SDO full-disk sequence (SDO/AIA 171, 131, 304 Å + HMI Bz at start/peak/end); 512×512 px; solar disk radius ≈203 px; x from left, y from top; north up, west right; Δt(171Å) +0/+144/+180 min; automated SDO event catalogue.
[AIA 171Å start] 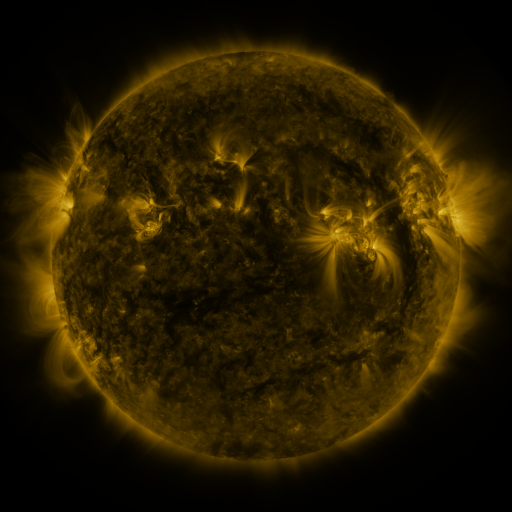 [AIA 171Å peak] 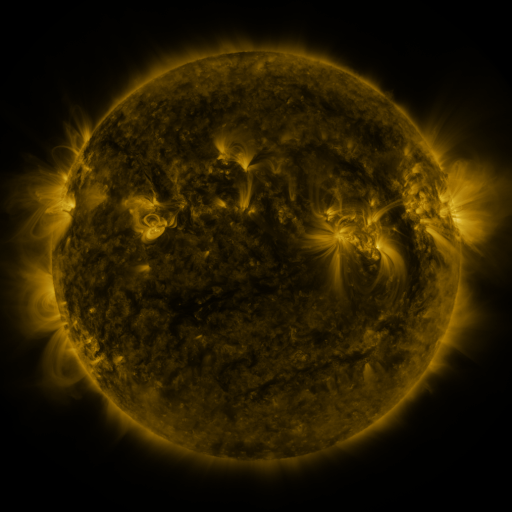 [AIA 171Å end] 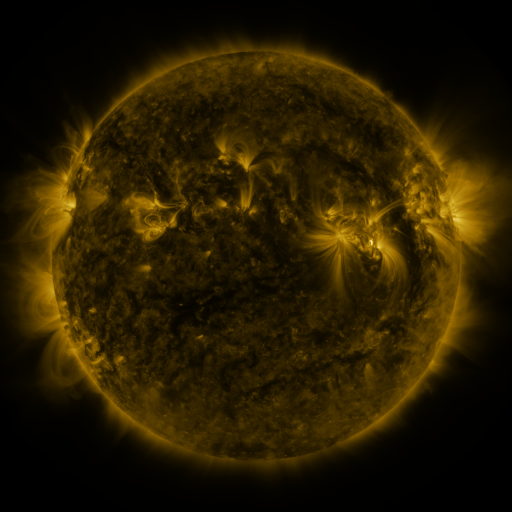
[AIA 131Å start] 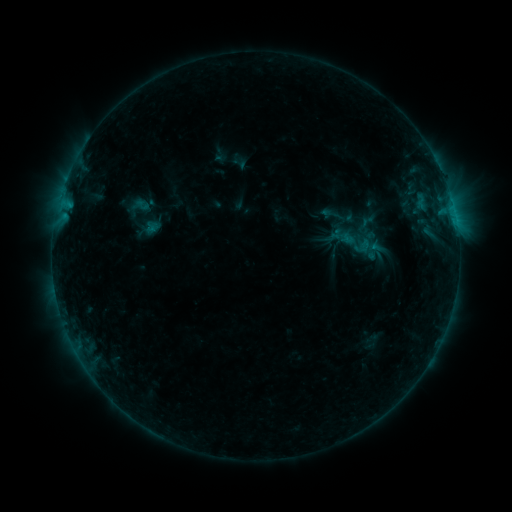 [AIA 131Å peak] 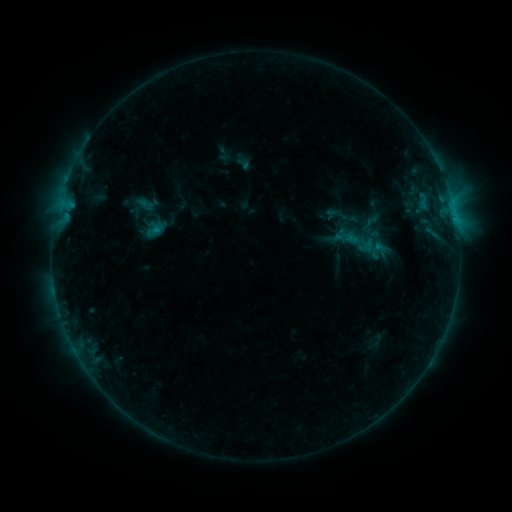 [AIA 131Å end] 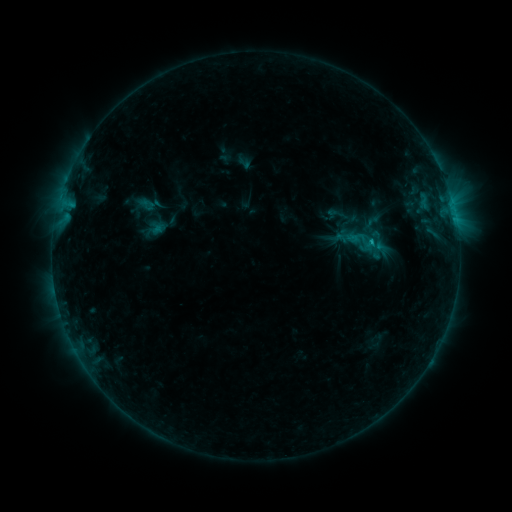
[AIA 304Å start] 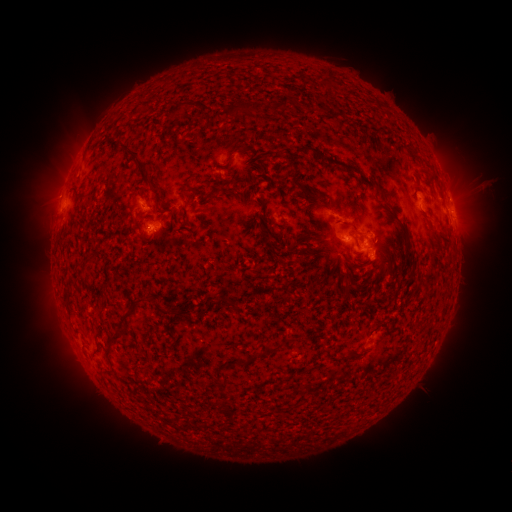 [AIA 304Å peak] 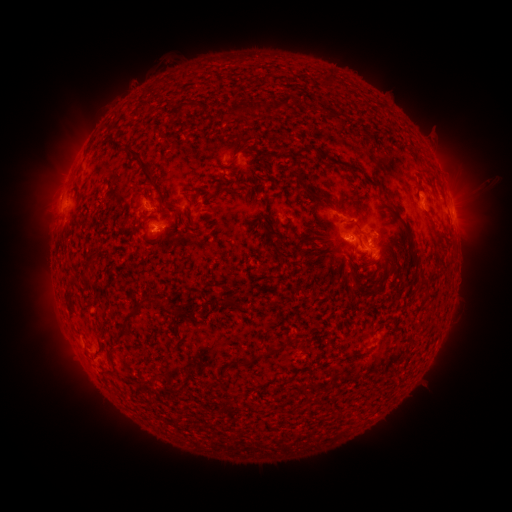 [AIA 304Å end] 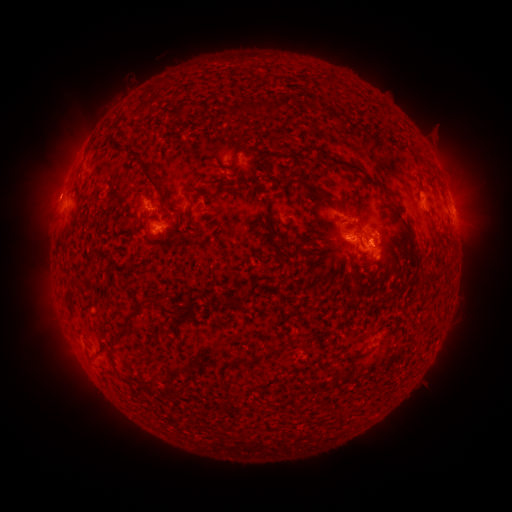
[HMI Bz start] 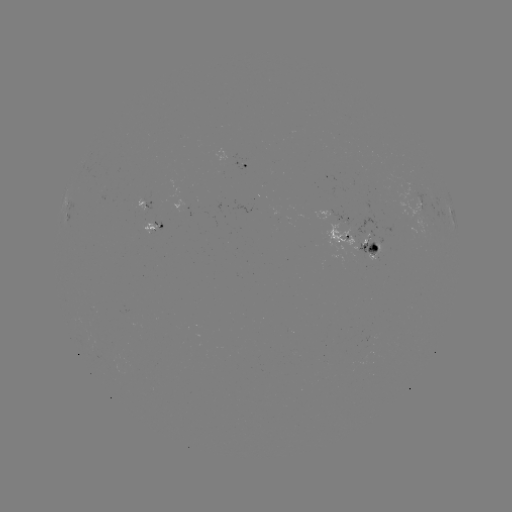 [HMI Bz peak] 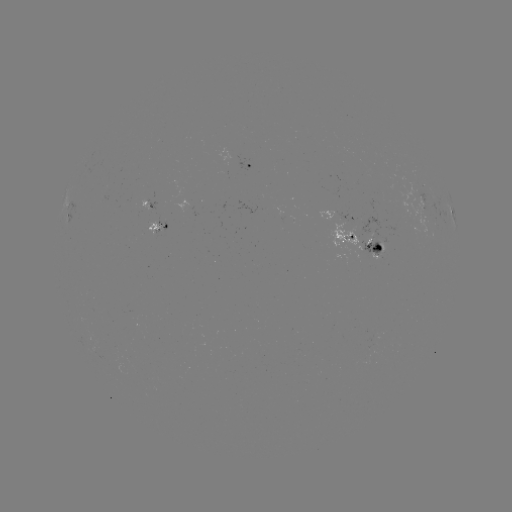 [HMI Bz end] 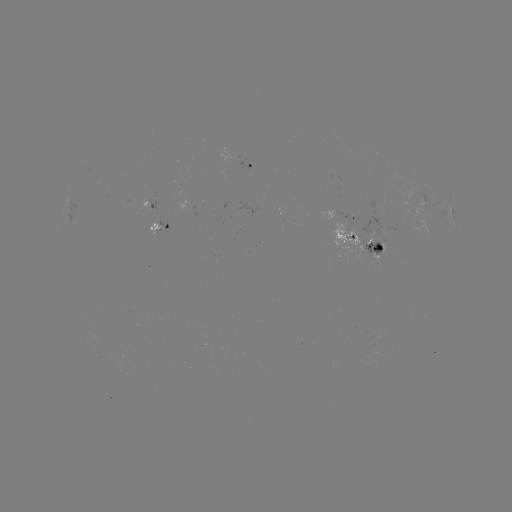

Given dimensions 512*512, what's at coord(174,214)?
emerging-flux region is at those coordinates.